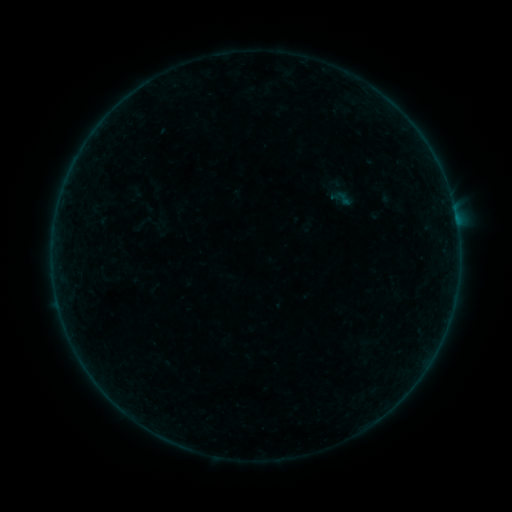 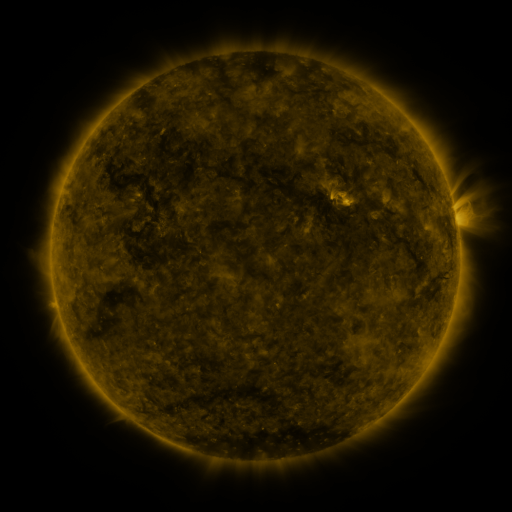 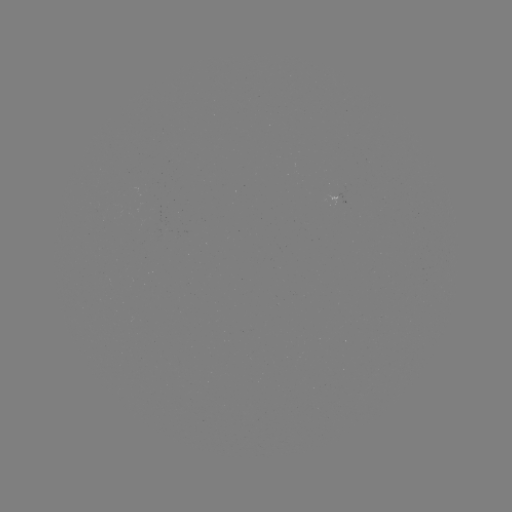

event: sigmoid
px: (344, 198)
